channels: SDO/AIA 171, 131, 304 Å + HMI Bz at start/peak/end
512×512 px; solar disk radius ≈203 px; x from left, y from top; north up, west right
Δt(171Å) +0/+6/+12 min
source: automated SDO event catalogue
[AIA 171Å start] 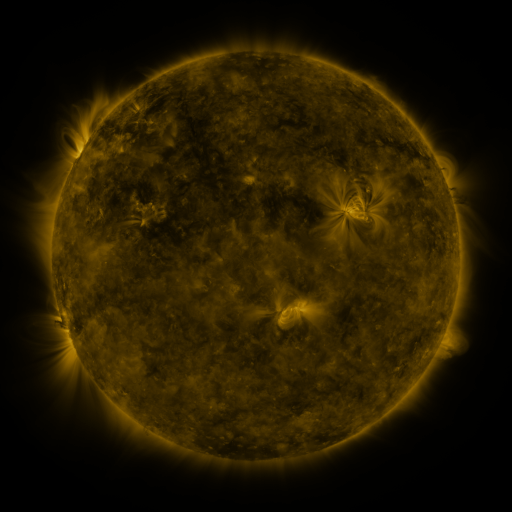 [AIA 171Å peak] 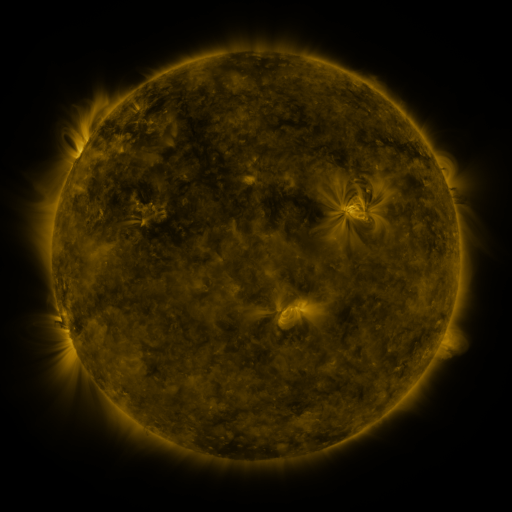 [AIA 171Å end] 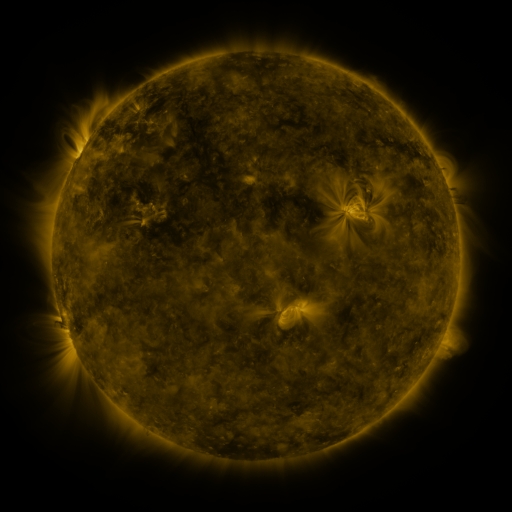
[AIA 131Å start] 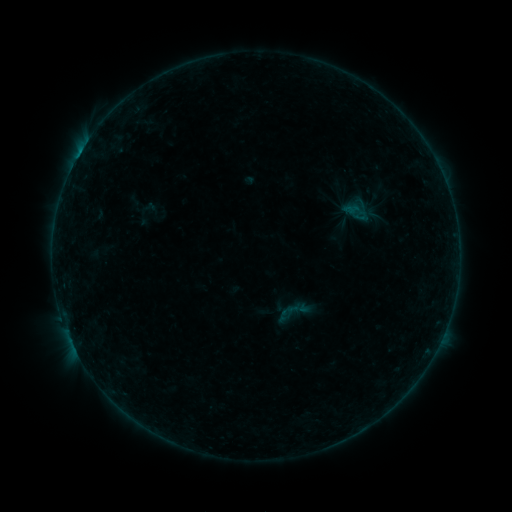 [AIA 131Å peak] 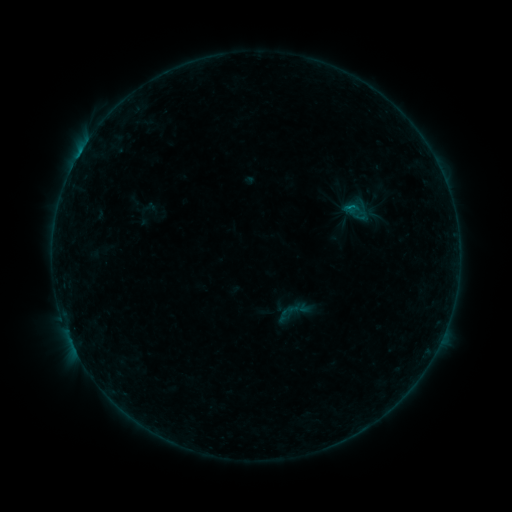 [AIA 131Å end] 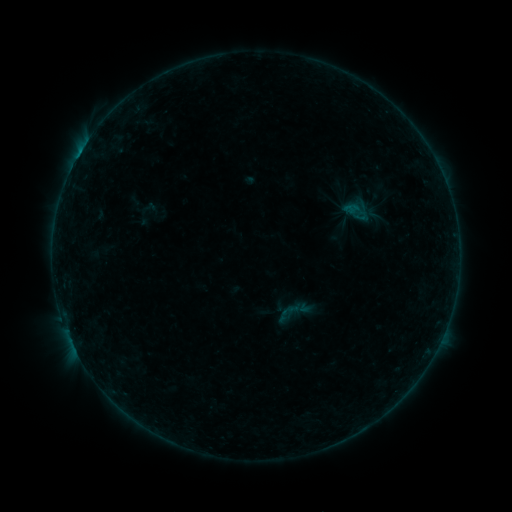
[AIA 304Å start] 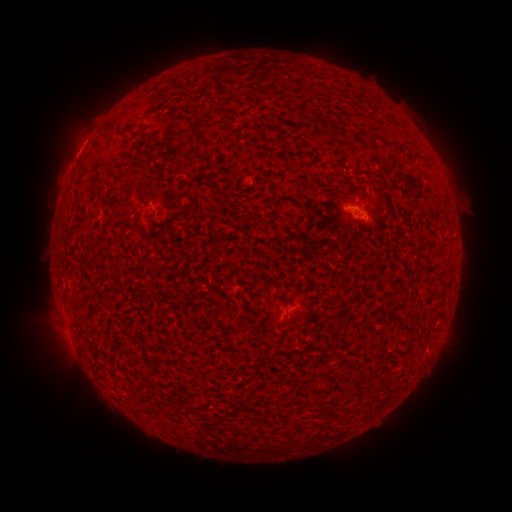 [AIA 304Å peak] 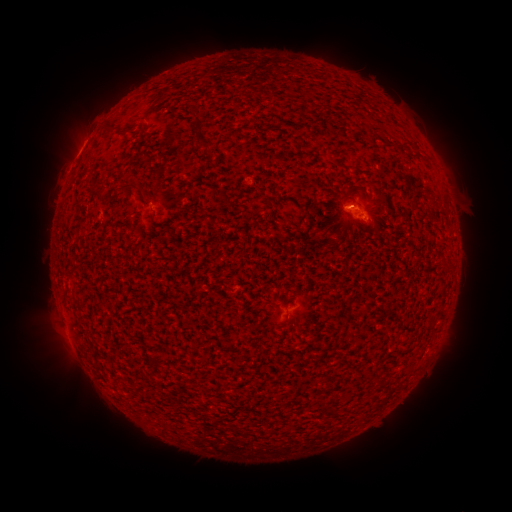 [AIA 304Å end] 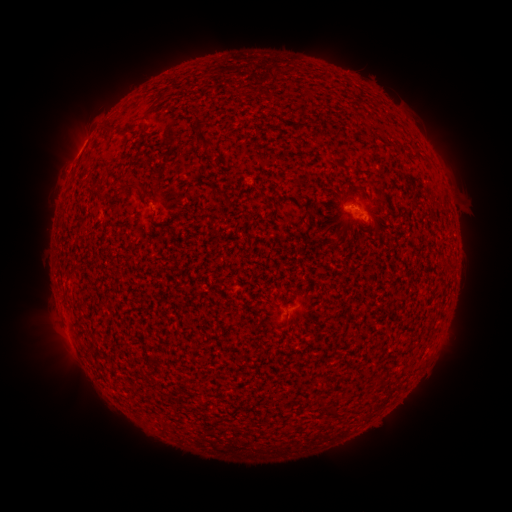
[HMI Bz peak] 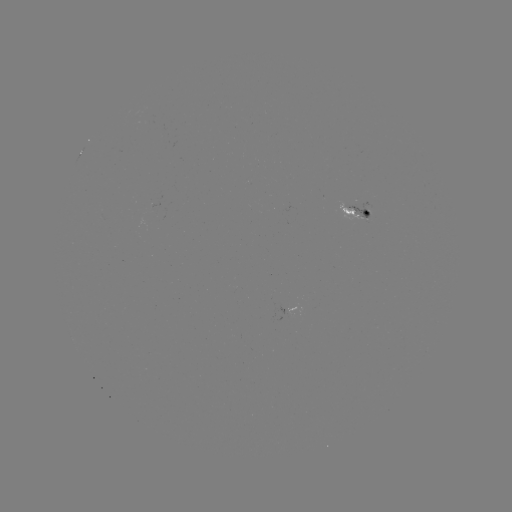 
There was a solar flare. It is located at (342, 209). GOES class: B1.9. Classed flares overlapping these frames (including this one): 1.